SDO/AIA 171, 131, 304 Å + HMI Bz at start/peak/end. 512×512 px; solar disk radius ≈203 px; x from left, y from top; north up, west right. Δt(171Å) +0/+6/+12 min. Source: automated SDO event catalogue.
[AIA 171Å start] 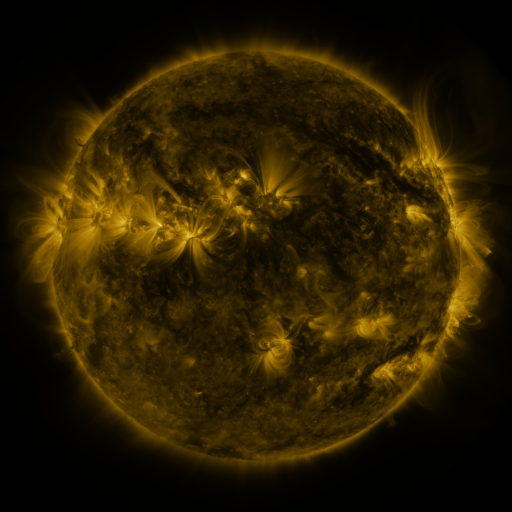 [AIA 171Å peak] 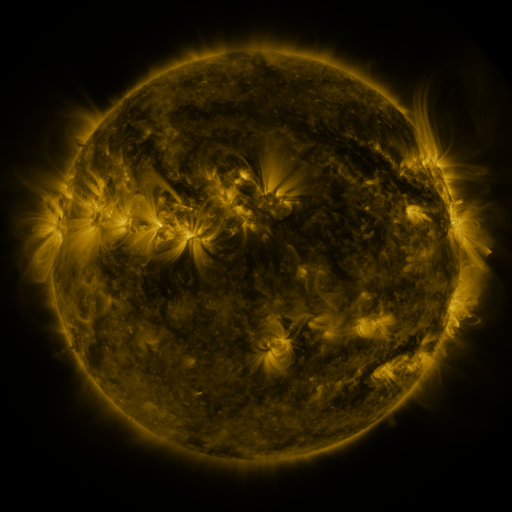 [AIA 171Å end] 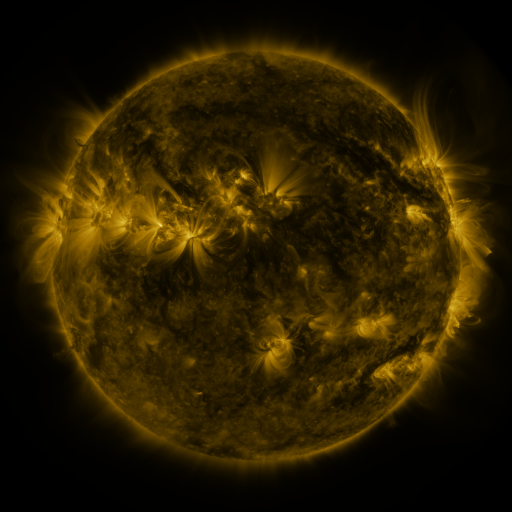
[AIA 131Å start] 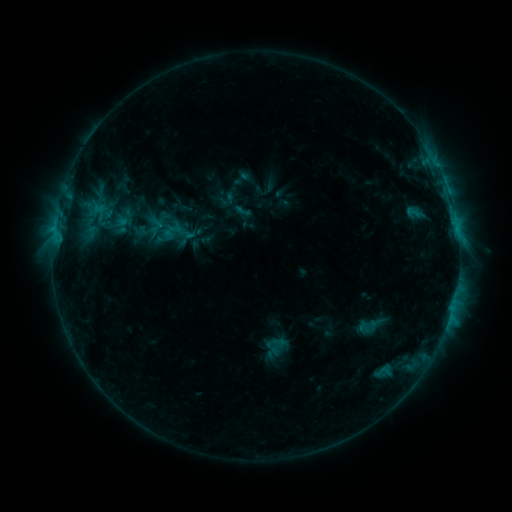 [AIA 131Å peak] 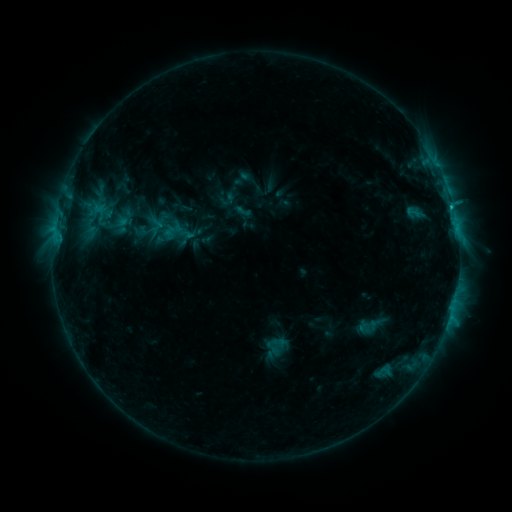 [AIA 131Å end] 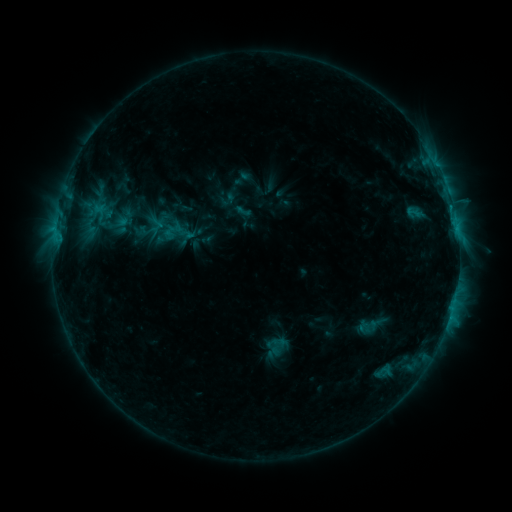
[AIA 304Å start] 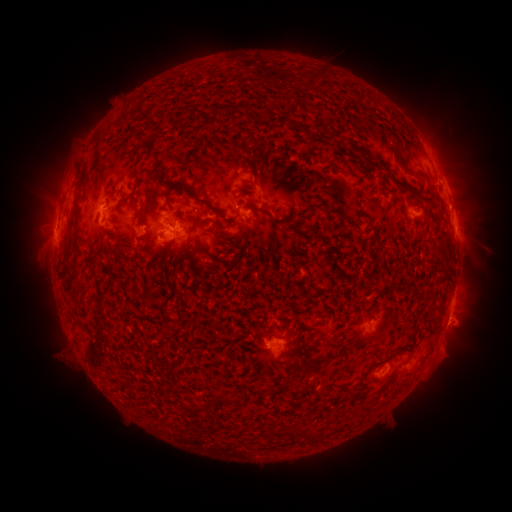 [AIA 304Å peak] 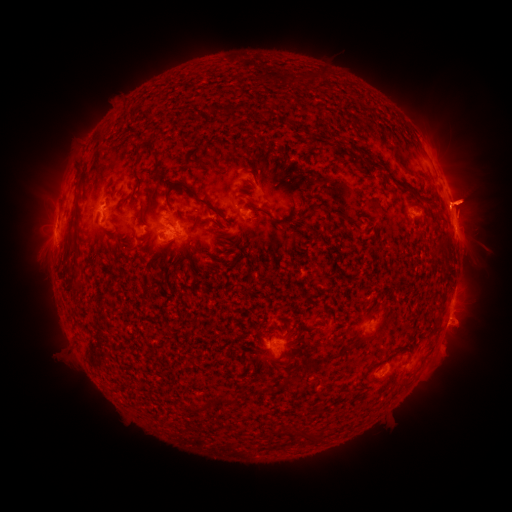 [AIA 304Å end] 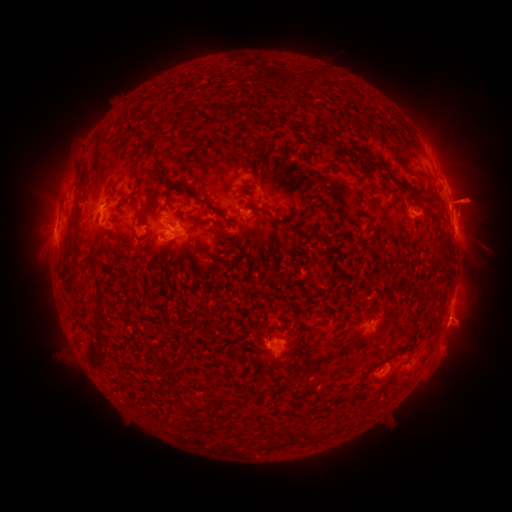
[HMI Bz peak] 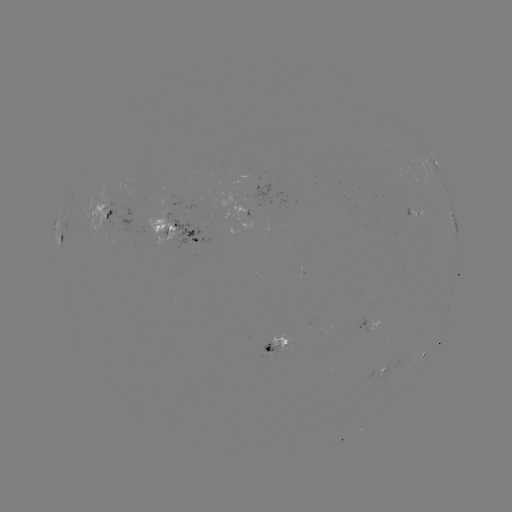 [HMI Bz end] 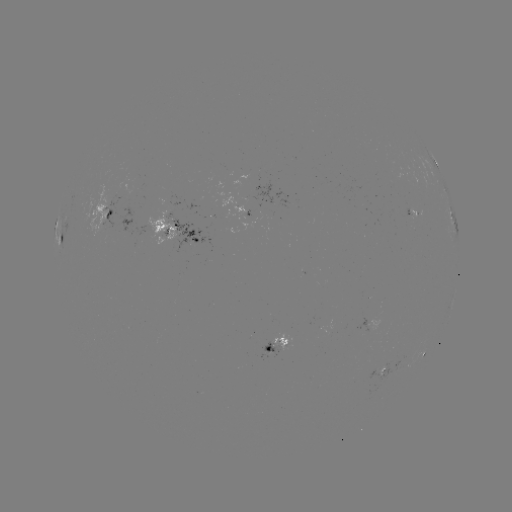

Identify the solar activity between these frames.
eruption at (464, 200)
